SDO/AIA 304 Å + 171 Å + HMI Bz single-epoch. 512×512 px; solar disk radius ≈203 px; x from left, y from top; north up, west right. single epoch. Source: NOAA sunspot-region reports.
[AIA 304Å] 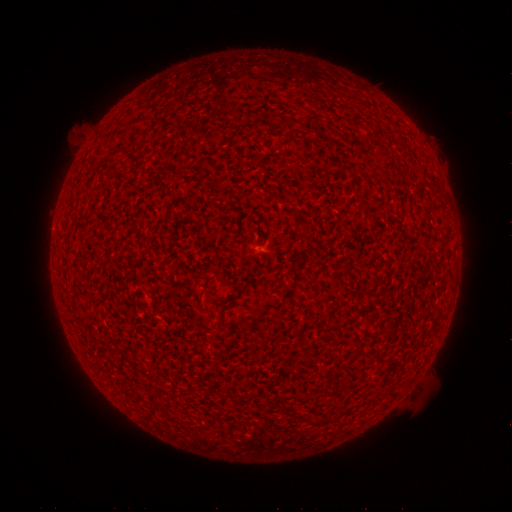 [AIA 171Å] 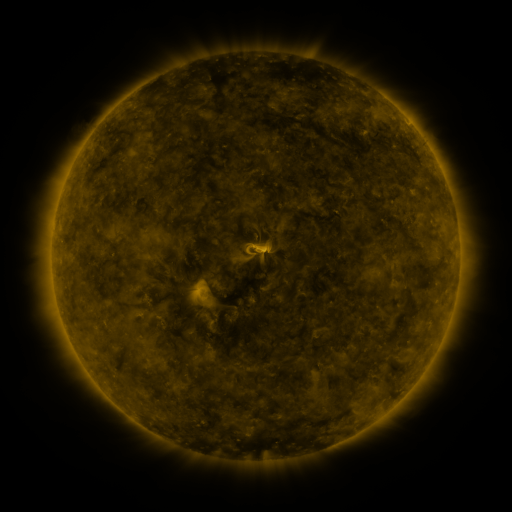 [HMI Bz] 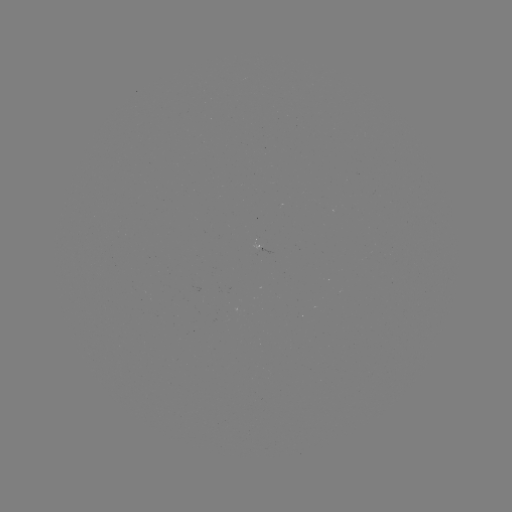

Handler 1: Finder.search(spotted active region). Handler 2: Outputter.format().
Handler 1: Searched spotted active region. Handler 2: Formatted [259, 245].